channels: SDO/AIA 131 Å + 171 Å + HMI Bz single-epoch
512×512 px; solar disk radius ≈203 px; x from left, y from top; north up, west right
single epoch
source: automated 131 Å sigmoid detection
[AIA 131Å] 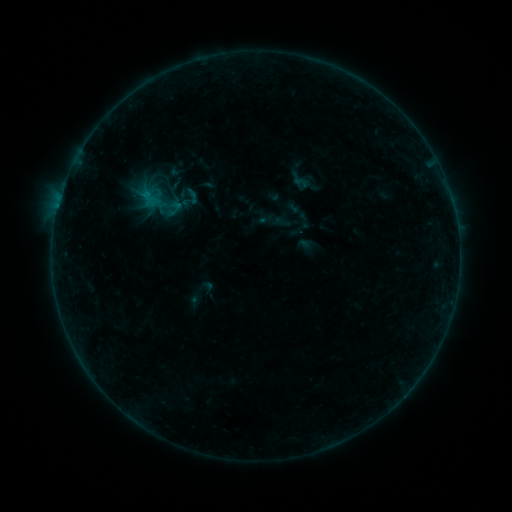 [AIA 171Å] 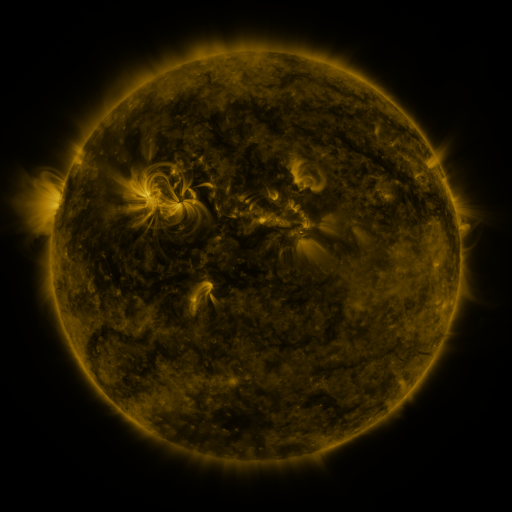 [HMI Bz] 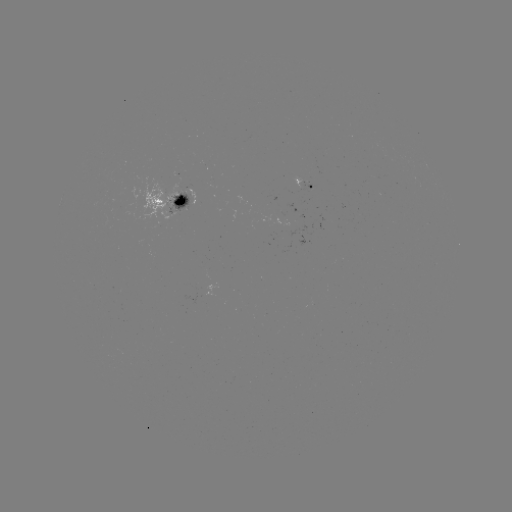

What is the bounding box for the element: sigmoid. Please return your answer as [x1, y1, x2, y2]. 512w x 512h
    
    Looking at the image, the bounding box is [180, 185, 201, 206].